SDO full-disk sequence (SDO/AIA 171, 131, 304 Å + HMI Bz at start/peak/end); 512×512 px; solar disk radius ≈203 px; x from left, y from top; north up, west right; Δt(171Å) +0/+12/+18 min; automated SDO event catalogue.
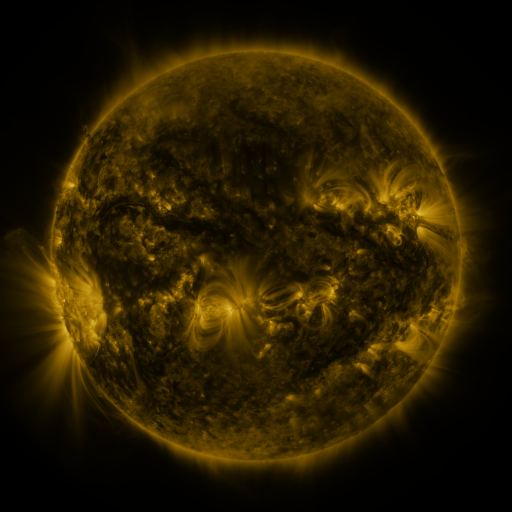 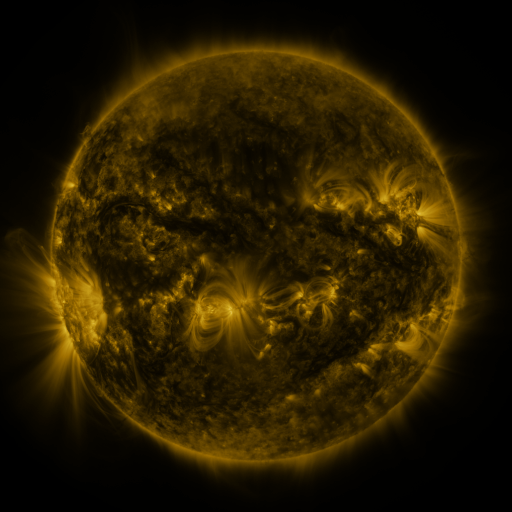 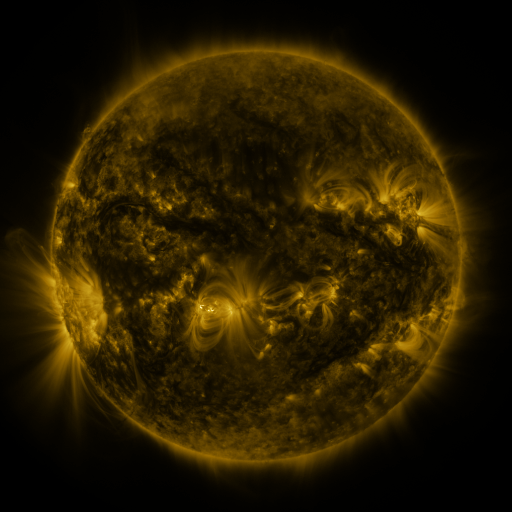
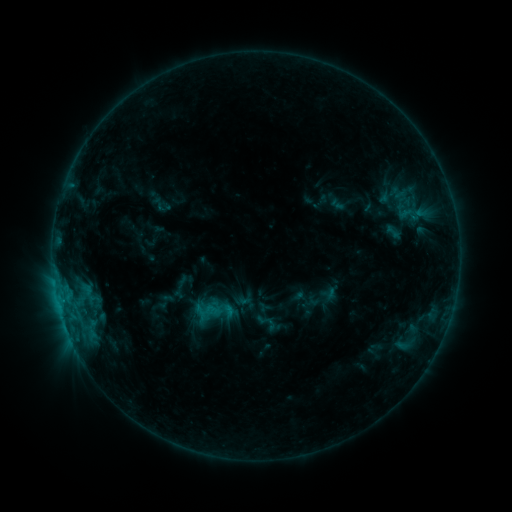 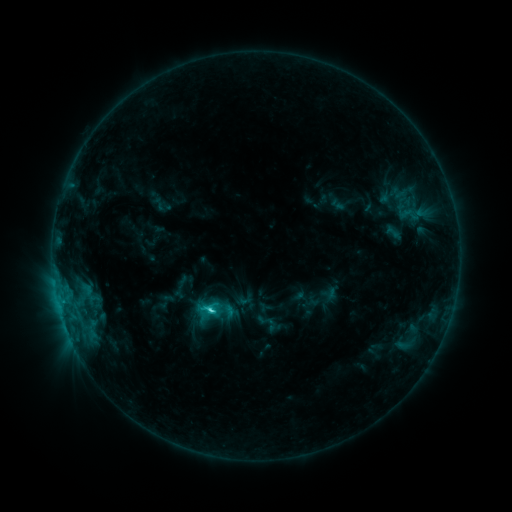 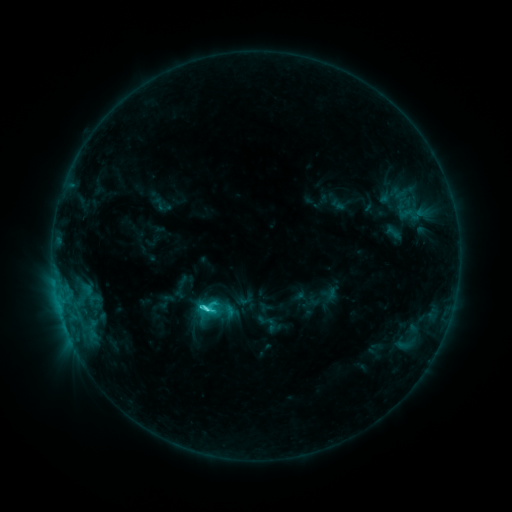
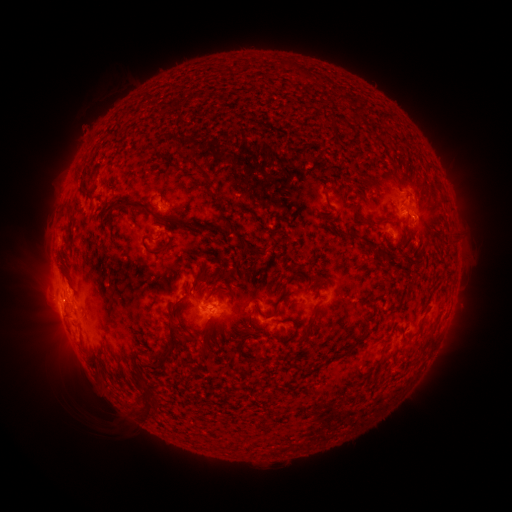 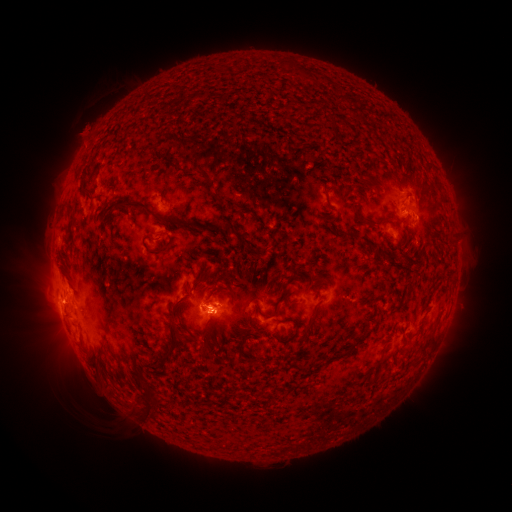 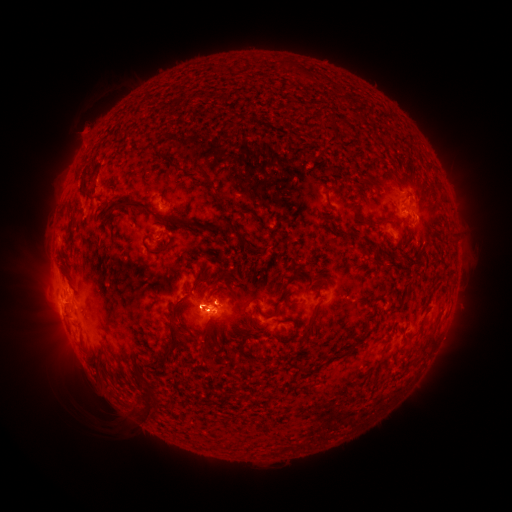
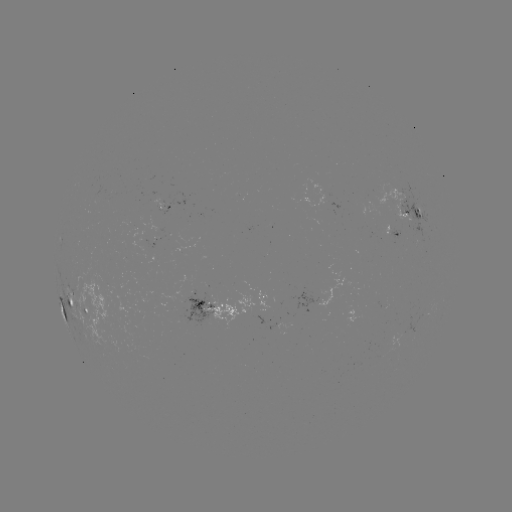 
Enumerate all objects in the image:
C3.2 flare: (211, 308)
